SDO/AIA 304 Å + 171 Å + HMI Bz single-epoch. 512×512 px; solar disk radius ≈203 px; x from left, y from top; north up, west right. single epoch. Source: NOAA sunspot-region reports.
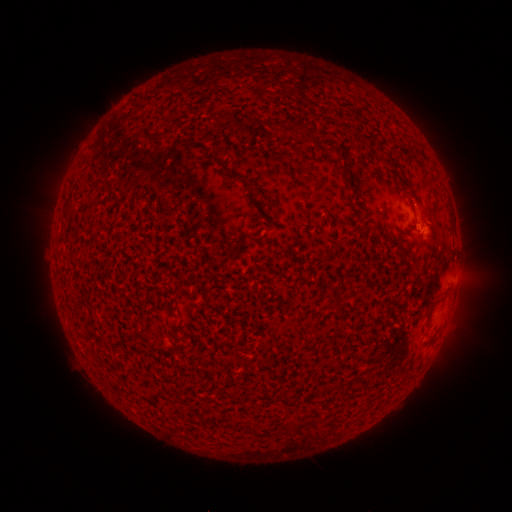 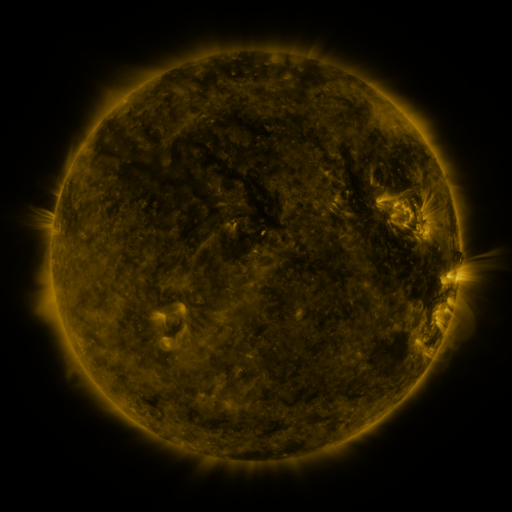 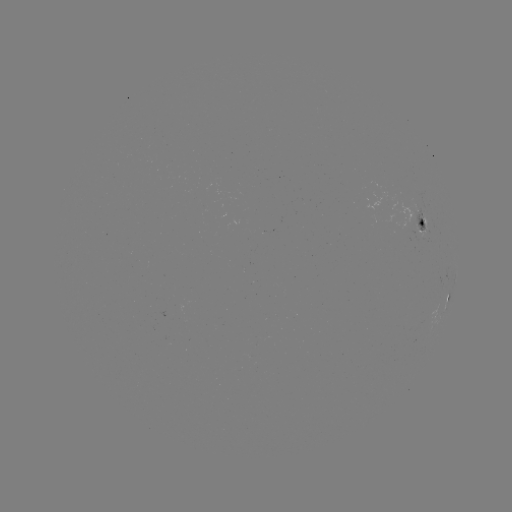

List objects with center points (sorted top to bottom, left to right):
spotted active region: (424, 222)
spotted active region: (448, 297)
